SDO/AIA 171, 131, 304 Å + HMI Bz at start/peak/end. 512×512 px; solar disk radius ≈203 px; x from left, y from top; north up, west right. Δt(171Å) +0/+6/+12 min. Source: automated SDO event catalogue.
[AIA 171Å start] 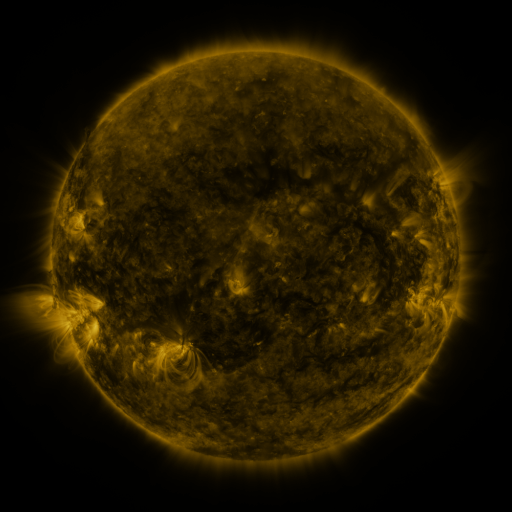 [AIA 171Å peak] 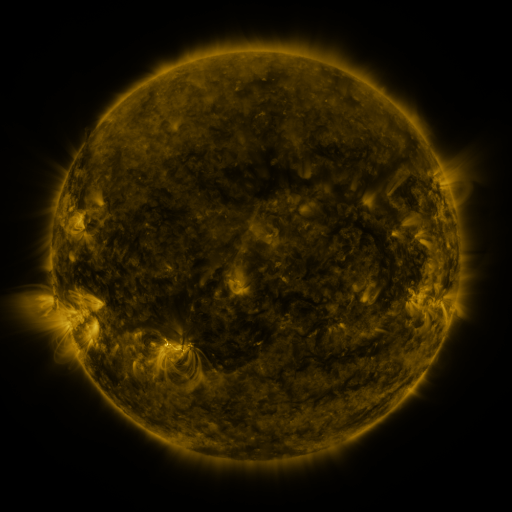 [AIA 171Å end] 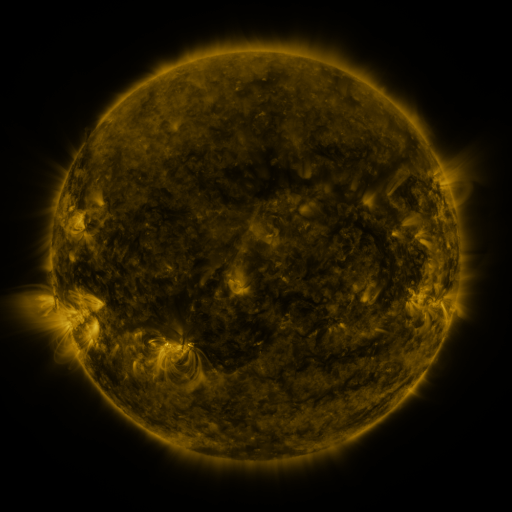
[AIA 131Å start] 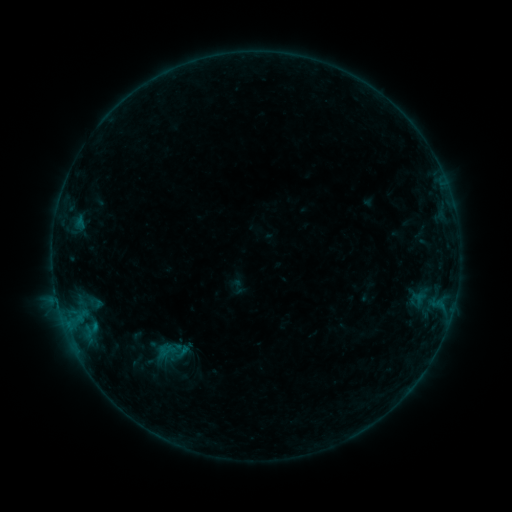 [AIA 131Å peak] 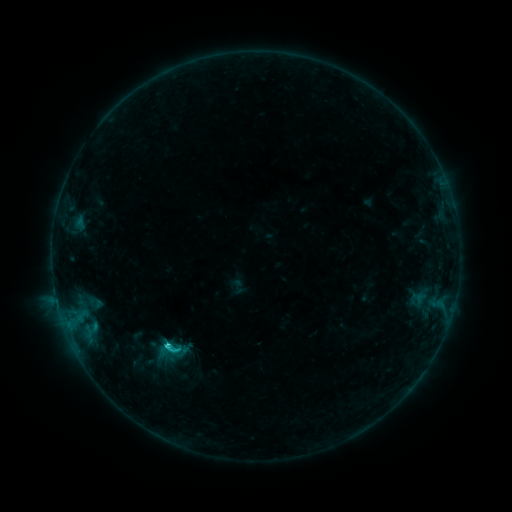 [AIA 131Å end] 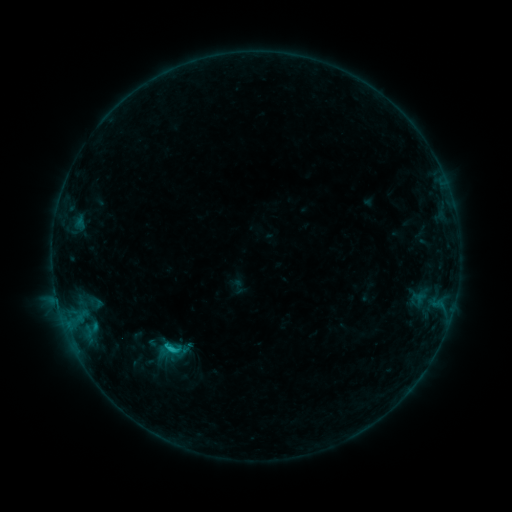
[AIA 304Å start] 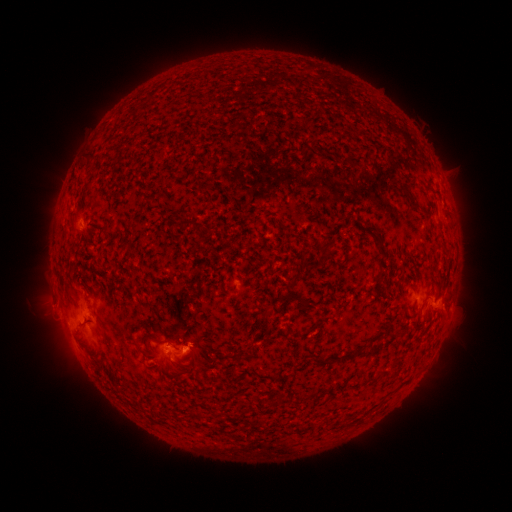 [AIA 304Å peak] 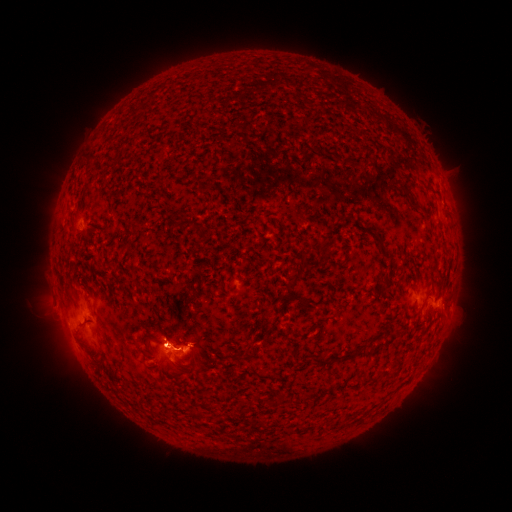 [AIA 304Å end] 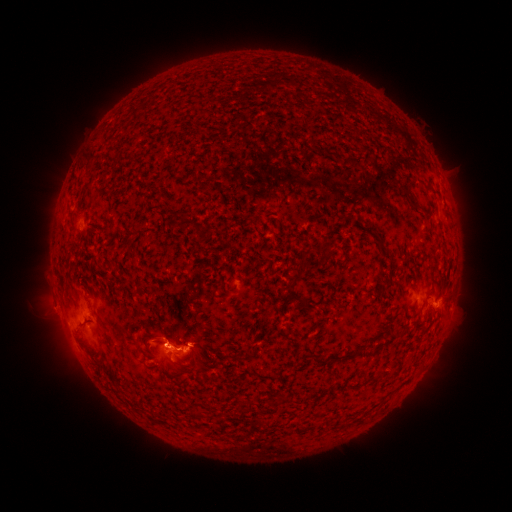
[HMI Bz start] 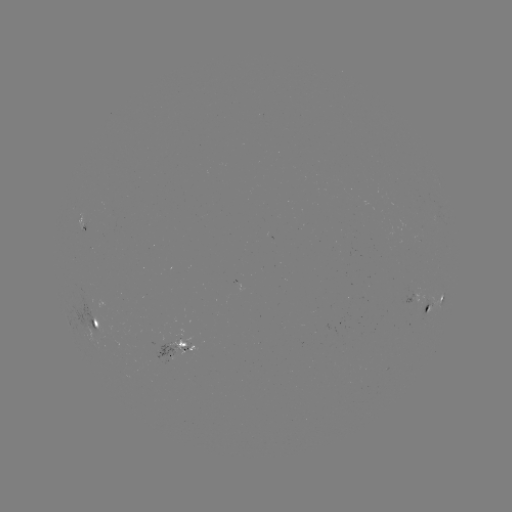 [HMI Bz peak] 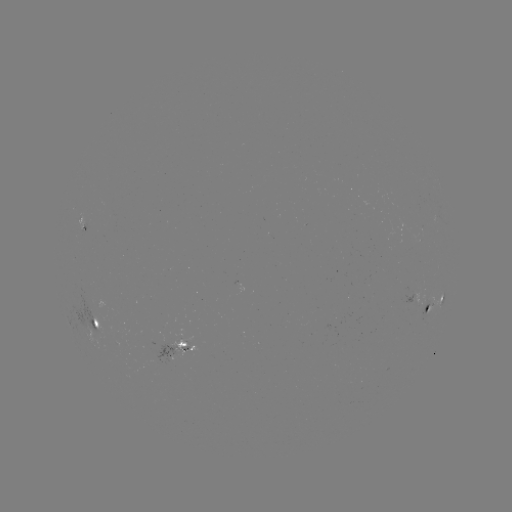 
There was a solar flare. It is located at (168, 343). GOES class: C1.3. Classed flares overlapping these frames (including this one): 1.